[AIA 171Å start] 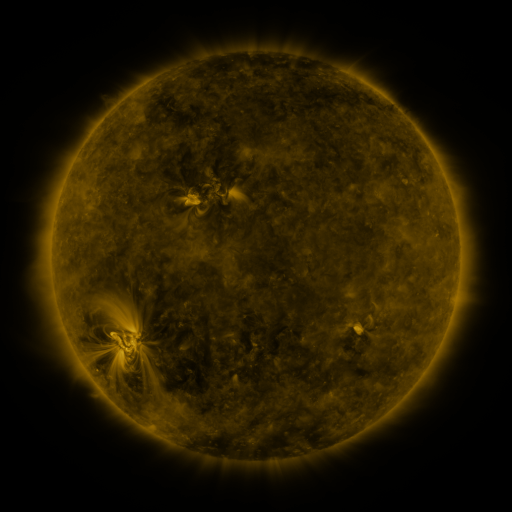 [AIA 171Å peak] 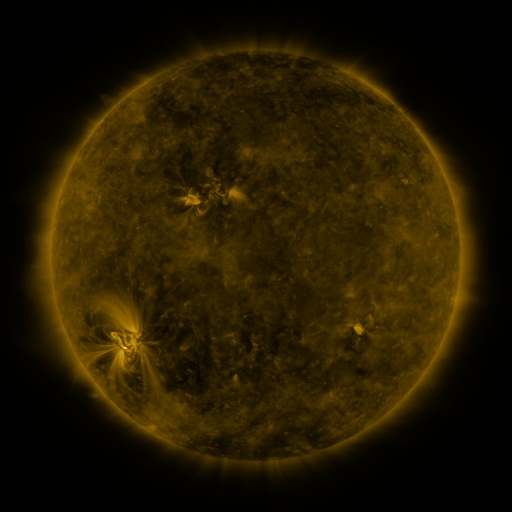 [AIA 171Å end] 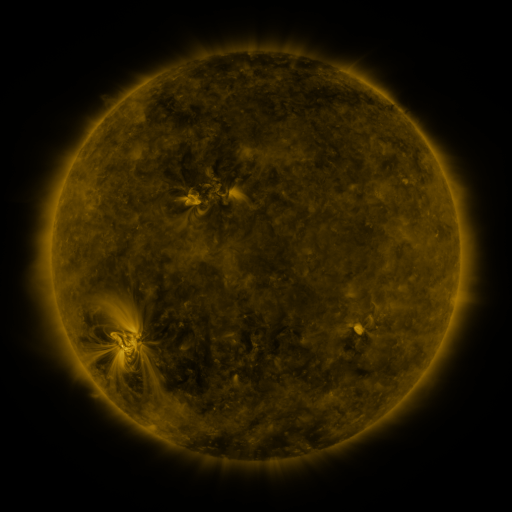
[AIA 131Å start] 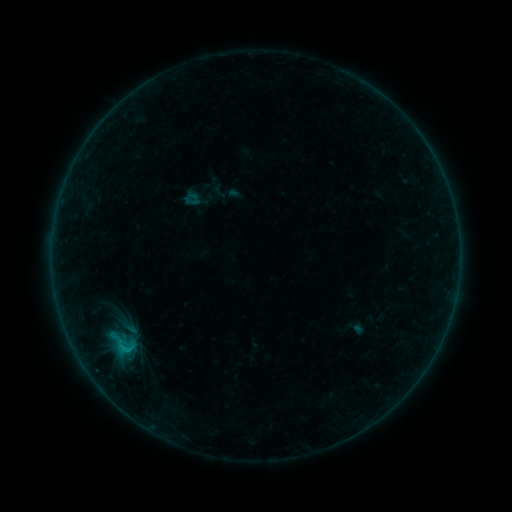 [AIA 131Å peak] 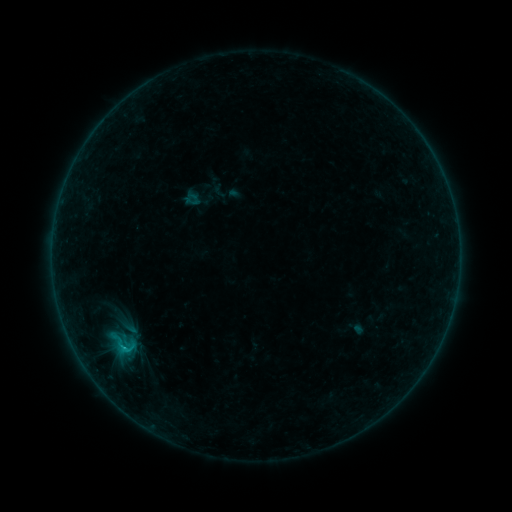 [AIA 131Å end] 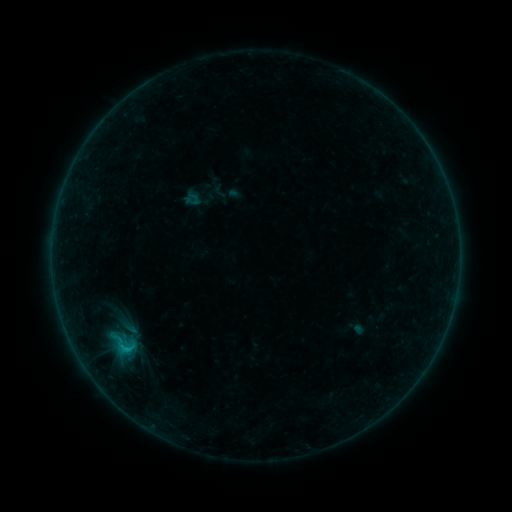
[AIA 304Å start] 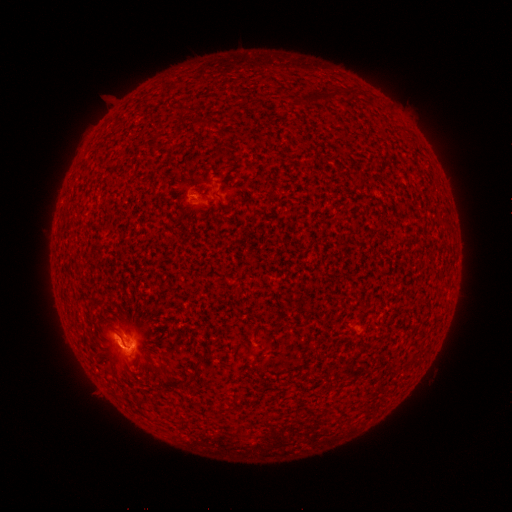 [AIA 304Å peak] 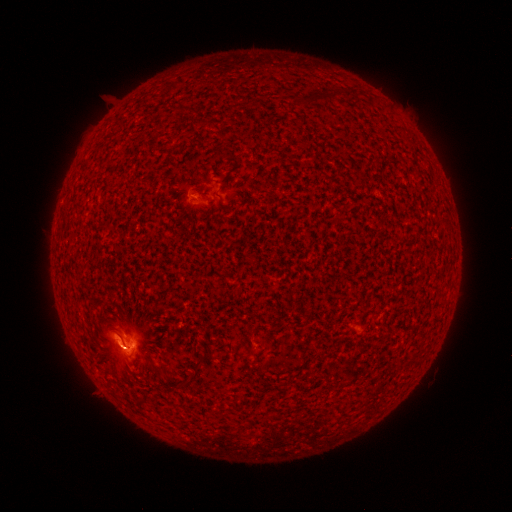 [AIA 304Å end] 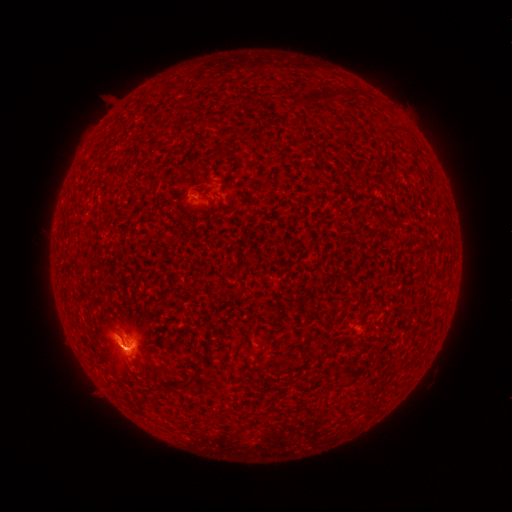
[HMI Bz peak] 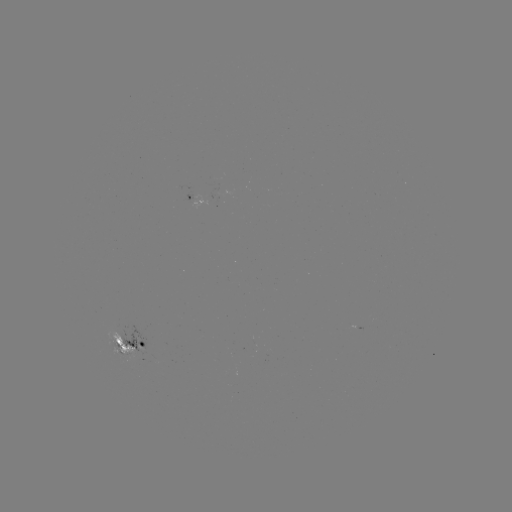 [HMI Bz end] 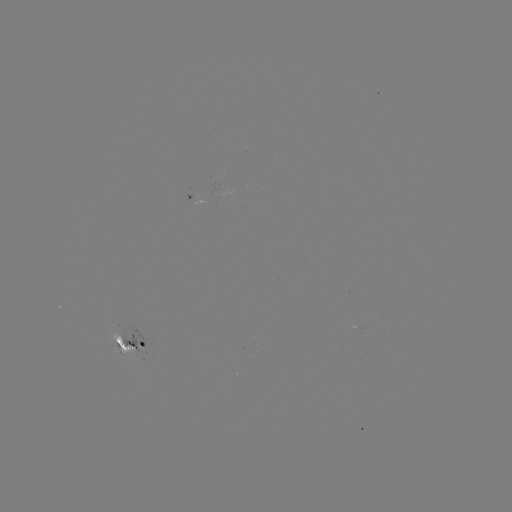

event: flare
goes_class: C1.7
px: (129, 347)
